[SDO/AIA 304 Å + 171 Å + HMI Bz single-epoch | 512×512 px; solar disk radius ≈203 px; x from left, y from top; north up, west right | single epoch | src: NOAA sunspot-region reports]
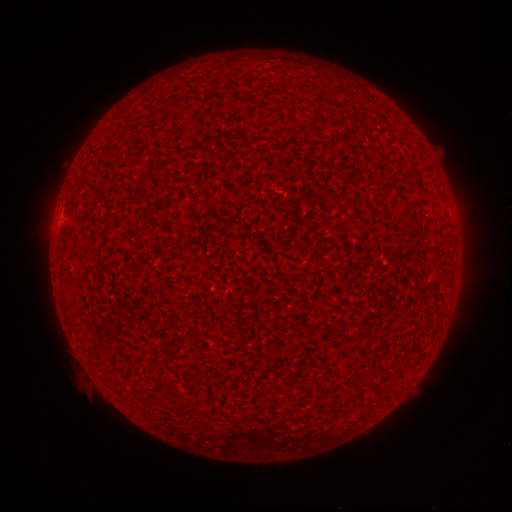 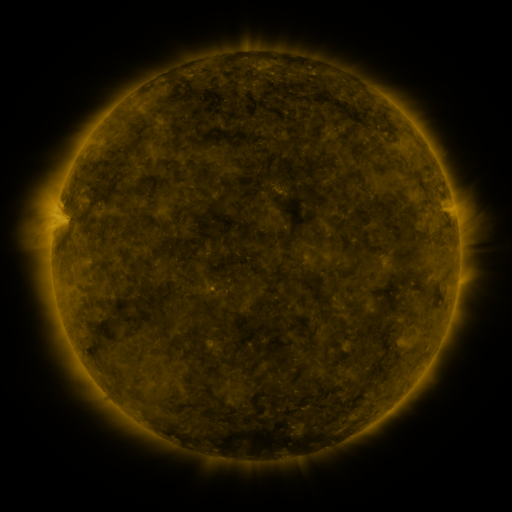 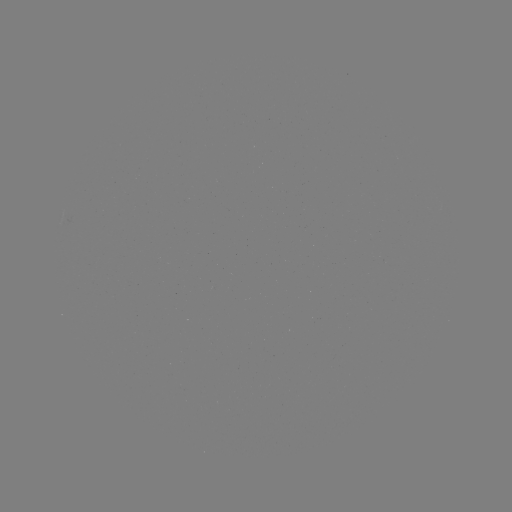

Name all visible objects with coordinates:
(none)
